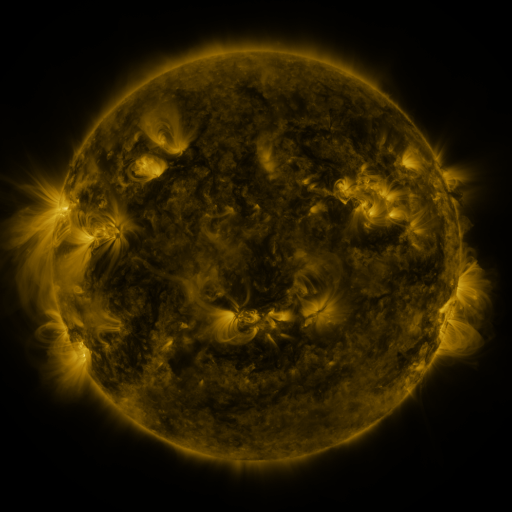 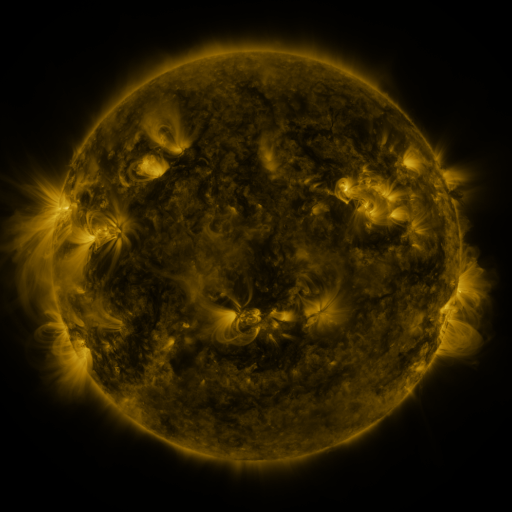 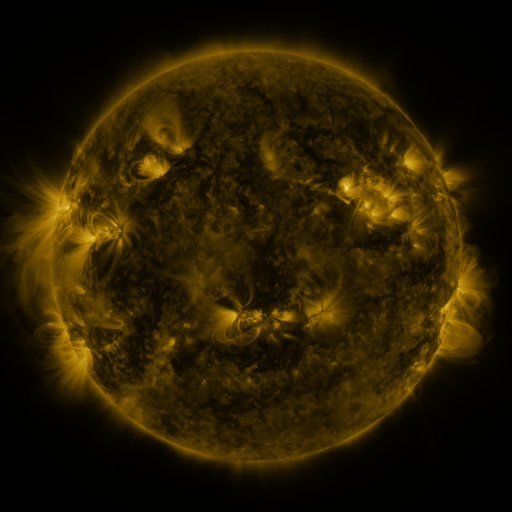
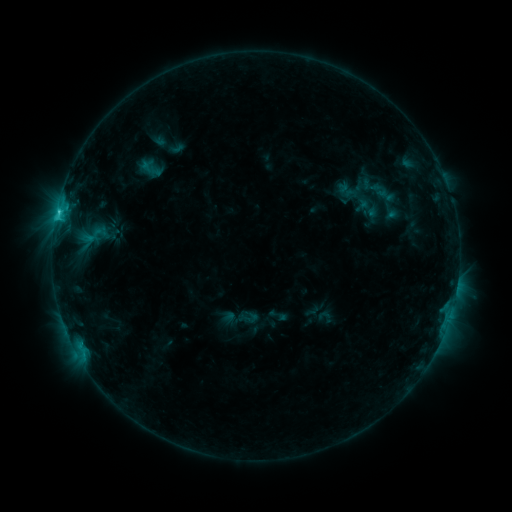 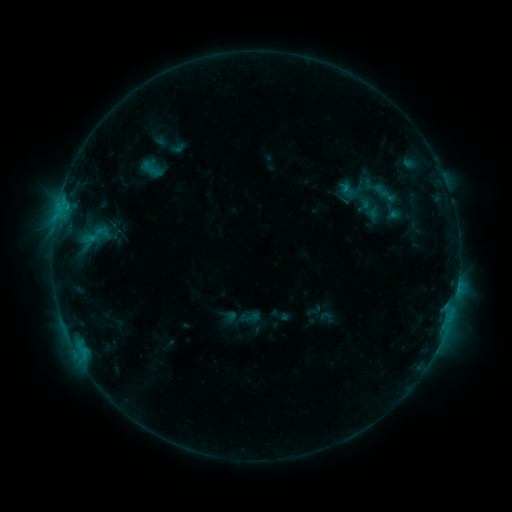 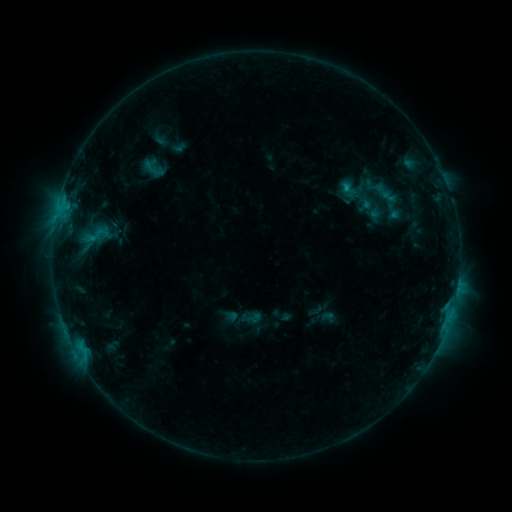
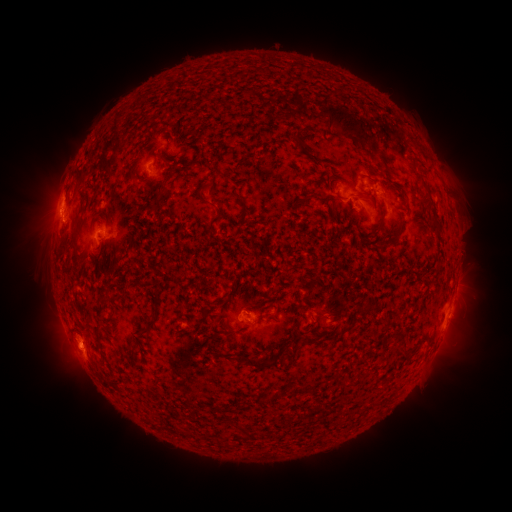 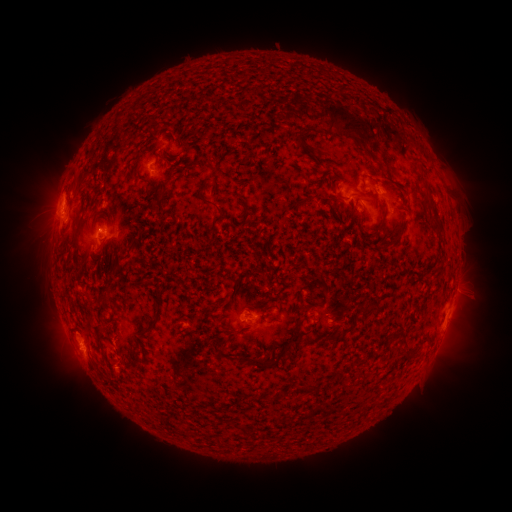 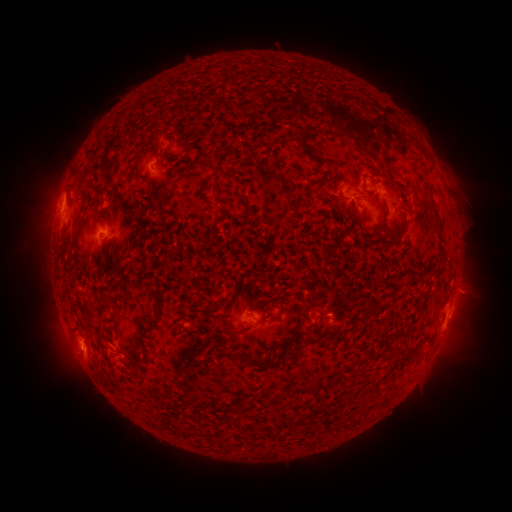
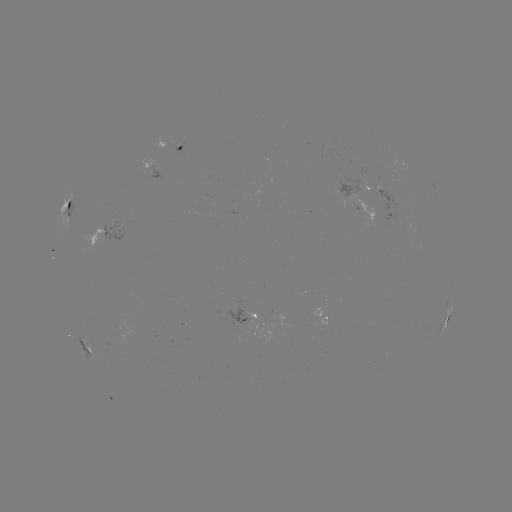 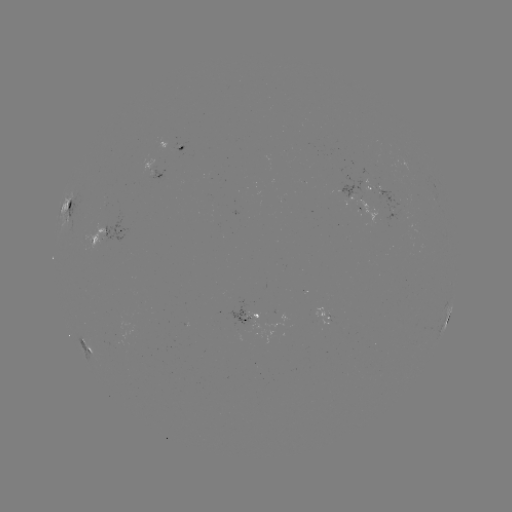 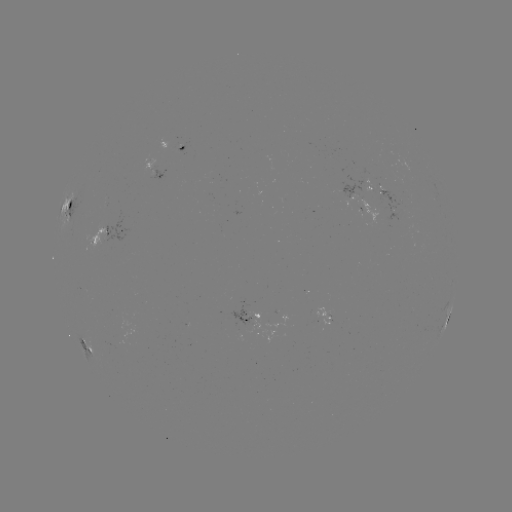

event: emerging-flux region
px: (393, 201)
